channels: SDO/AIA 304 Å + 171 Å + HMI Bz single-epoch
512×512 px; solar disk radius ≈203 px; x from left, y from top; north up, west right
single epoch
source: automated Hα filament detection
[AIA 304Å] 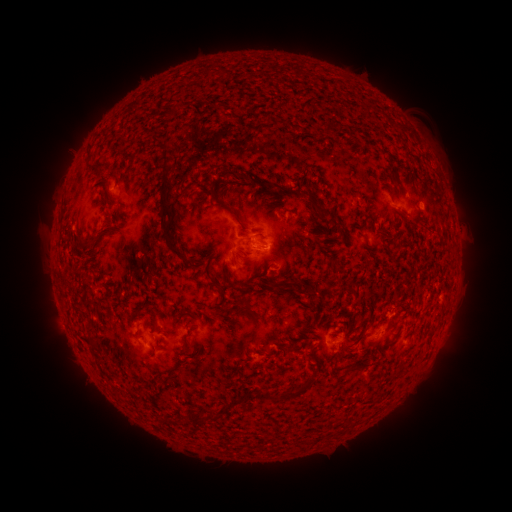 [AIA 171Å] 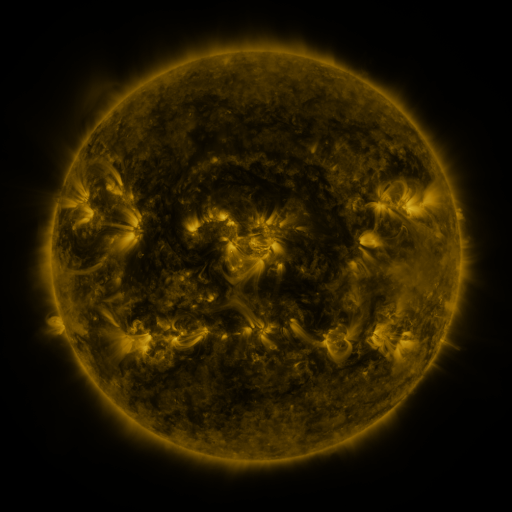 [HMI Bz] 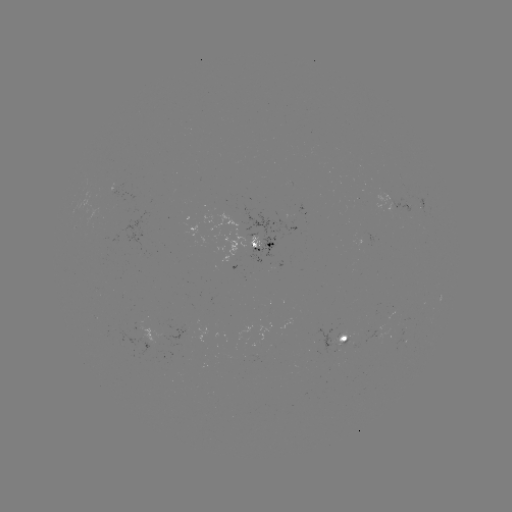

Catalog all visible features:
filament: (325, 126)
filament: (165, 163)
filament: (86, 166)
filament: (390, 177)
filament: (239, 178)
filament: (289, 191)
filament: (319, 208)
filament: (238, 219)
filament: (332, 219)
filament: (163, 227)
filament: (258, 234)
filament: (281, 240)
filament: (328, 246)
filament: (88, 247)
filament: (210, 253)
filament: (235, 260)
filament: (137, 261)
filament: (265, 276)
filament: (228, 282)
filament: (215, 284)
filament: (328, 284)
filament: (264, 296)
filament: (139, 312)
filament: (251, 312)
filament: (177, 319)
filament: (232, 319)
filament: (156, 322)
filament: (92, 332)
filament: (94, 345)
filament: (187, 352)
filament: (270, 353)
filament: (360, 365)
filament: (291, 394)
filament: (222, 414)
filament: (188, 418)
